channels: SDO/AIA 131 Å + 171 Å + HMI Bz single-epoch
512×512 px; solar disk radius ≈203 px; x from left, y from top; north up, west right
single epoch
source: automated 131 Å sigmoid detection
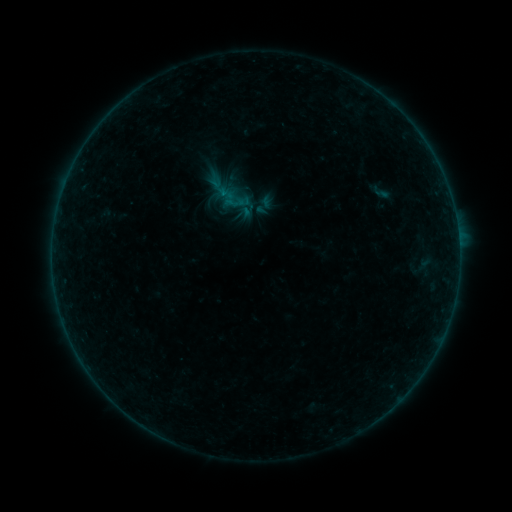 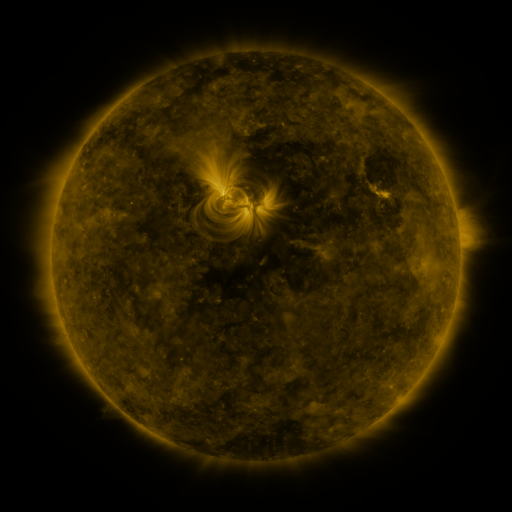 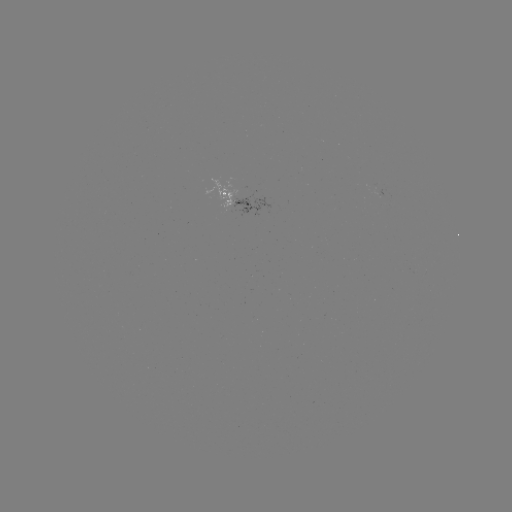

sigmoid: (252, 193, 276, 217)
